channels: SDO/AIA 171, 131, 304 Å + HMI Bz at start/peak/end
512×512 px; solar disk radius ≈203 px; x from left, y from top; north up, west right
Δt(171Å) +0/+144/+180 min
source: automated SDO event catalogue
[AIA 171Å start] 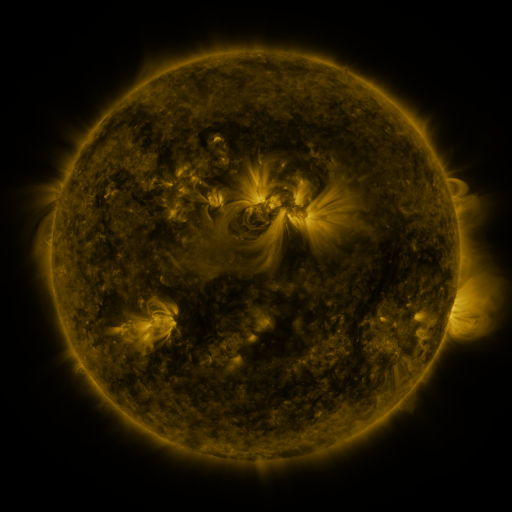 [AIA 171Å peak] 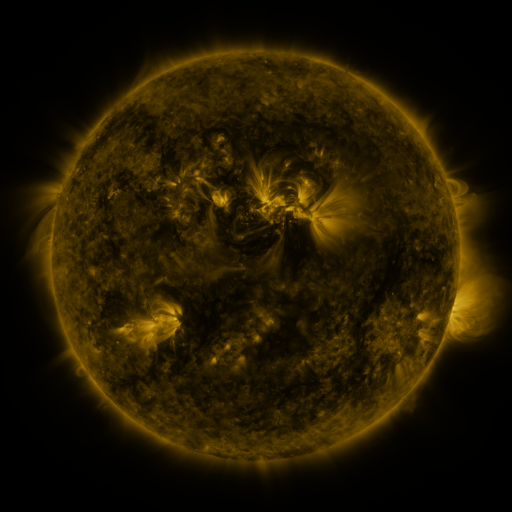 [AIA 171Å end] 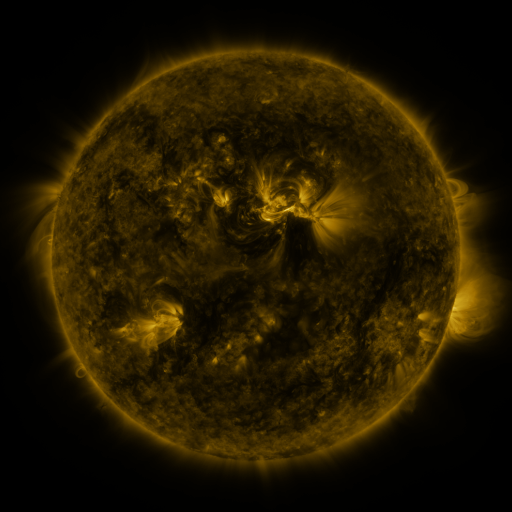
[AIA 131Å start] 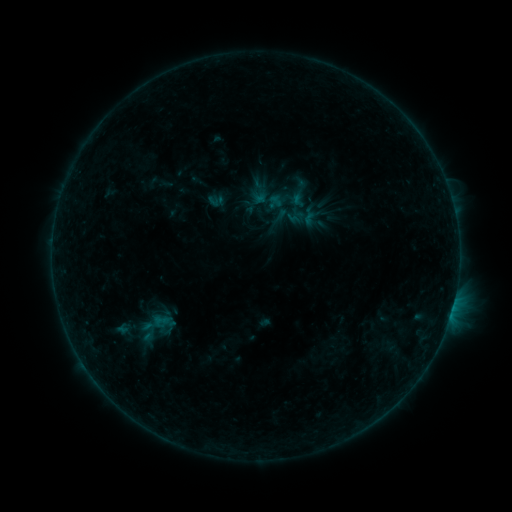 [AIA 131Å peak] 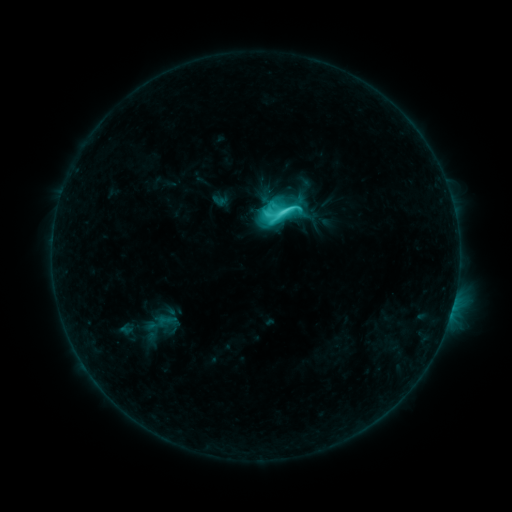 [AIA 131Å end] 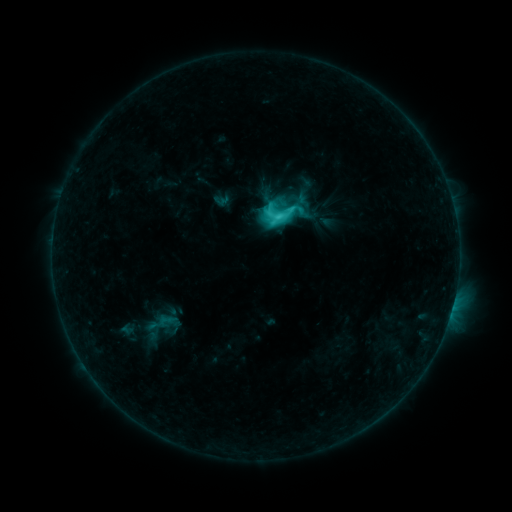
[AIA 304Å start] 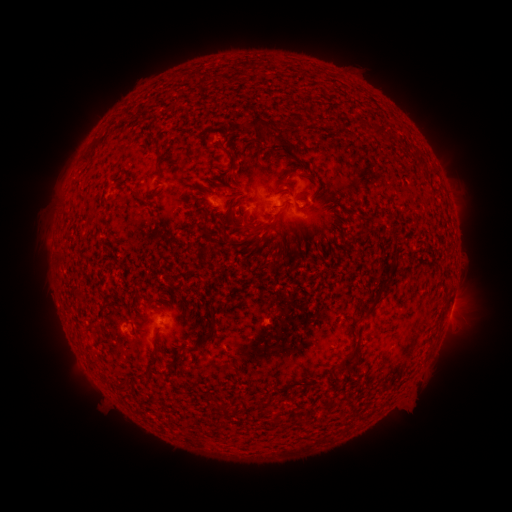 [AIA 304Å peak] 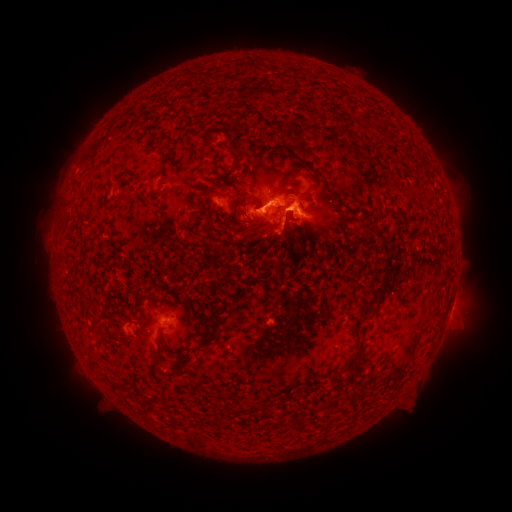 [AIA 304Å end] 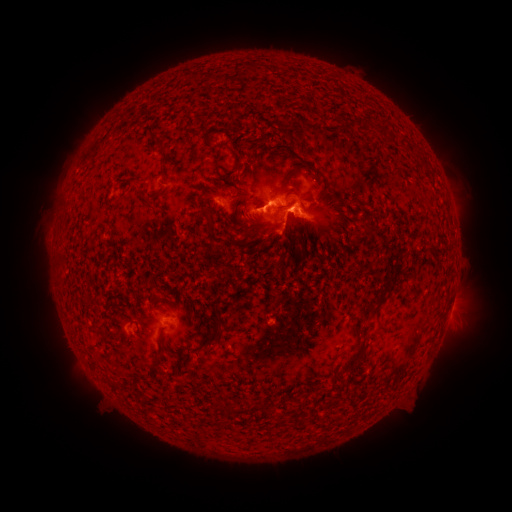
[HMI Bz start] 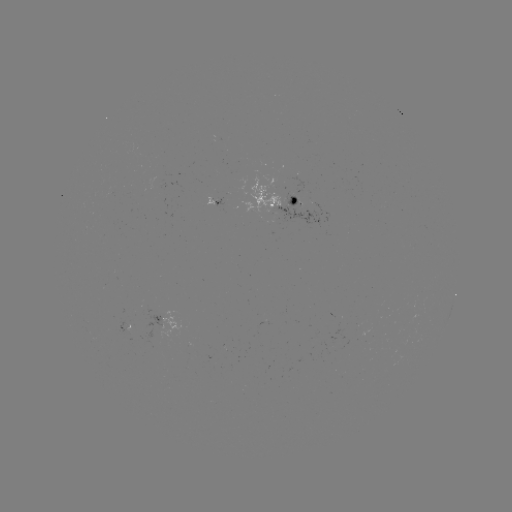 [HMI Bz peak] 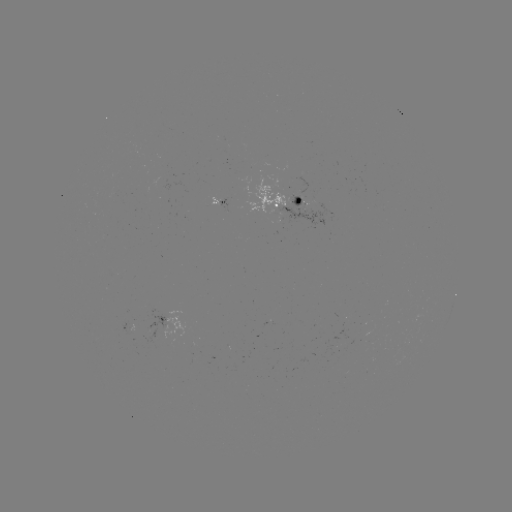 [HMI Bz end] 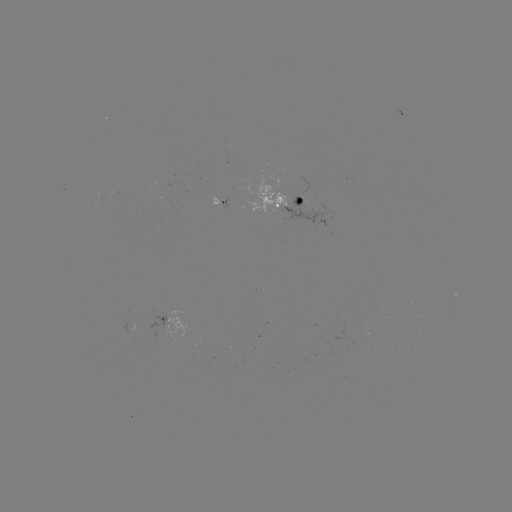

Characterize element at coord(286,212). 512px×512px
C7.7 flare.